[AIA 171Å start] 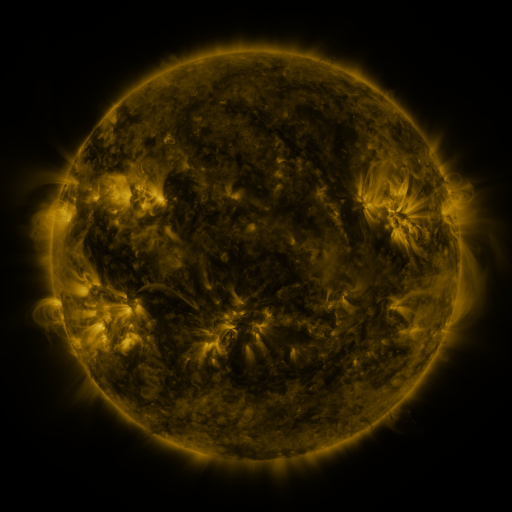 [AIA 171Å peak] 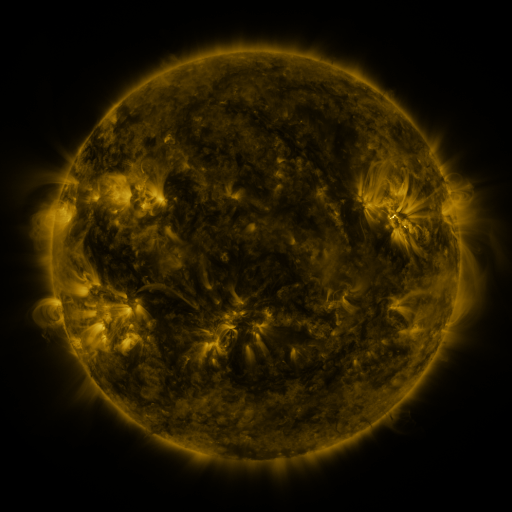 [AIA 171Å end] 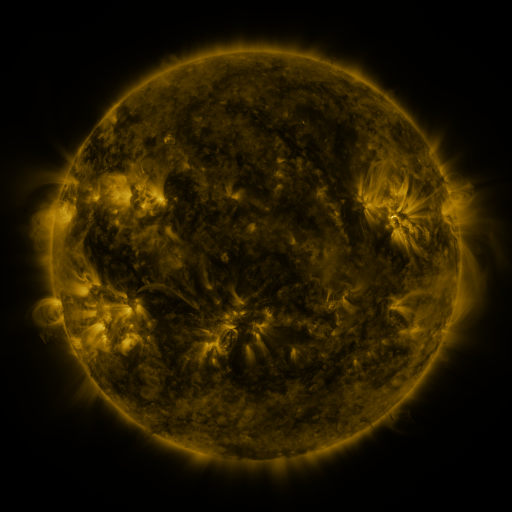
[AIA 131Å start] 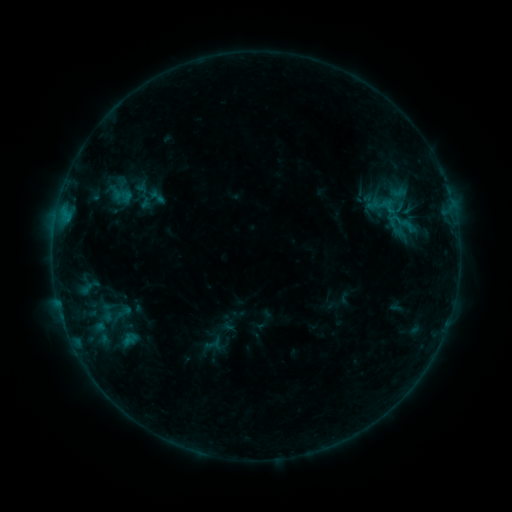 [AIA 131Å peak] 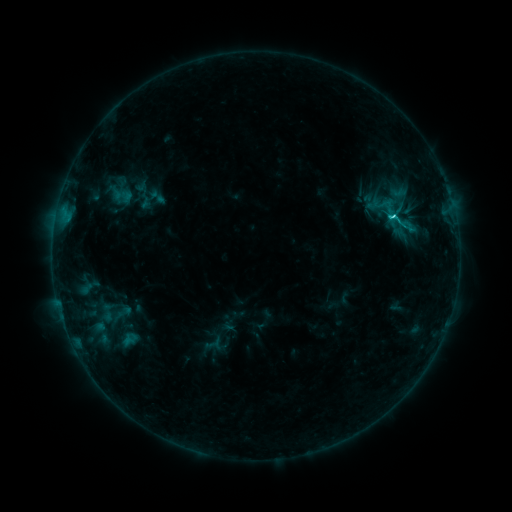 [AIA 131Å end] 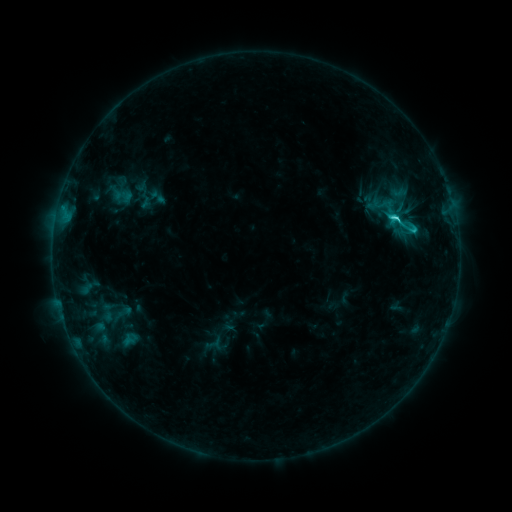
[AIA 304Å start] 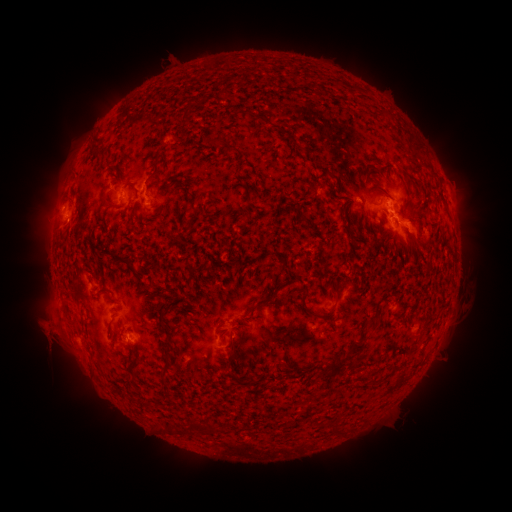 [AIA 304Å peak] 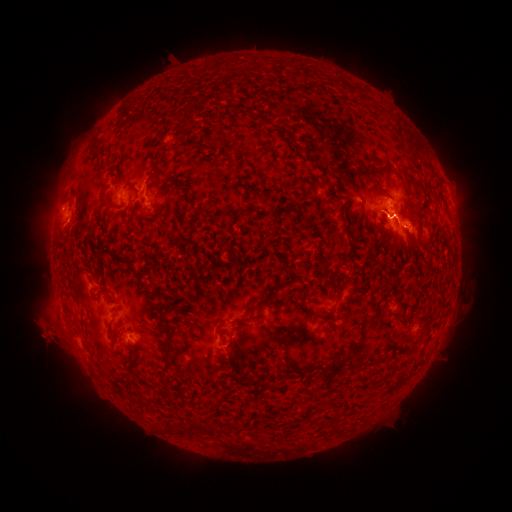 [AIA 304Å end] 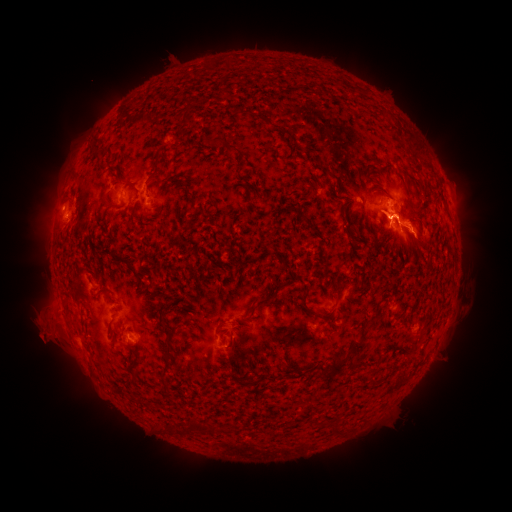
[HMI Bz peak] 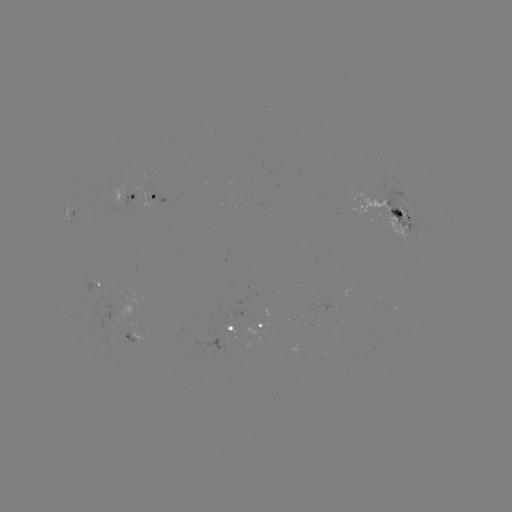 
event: eruption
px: (400, 226)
